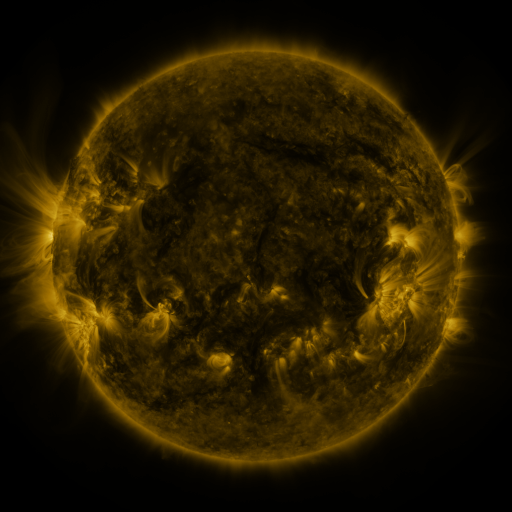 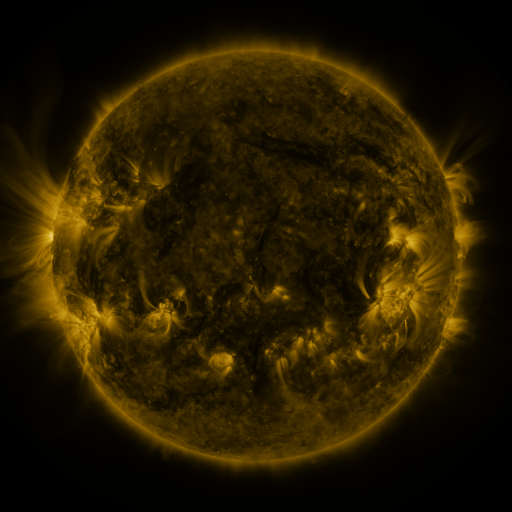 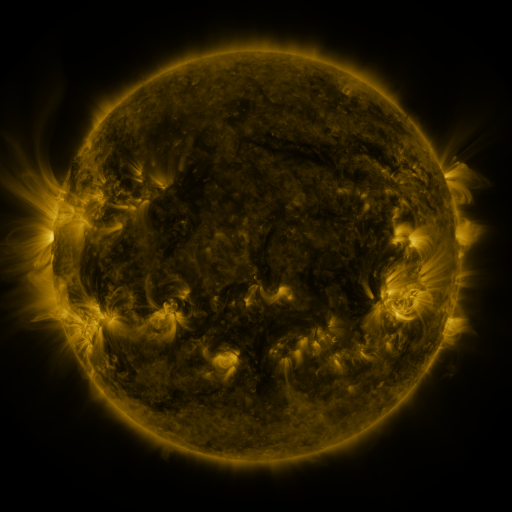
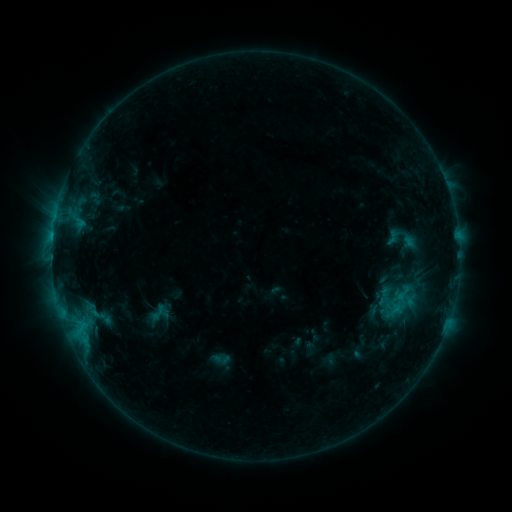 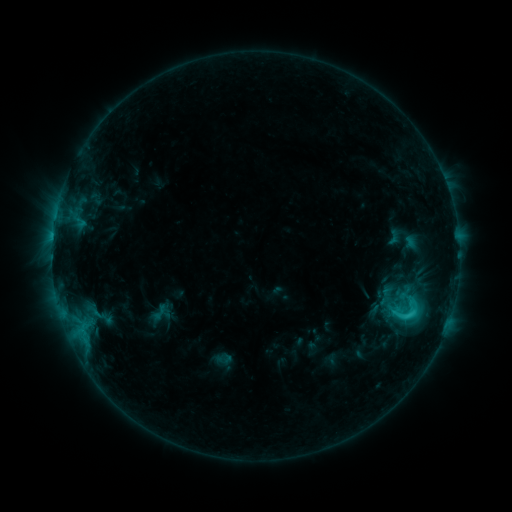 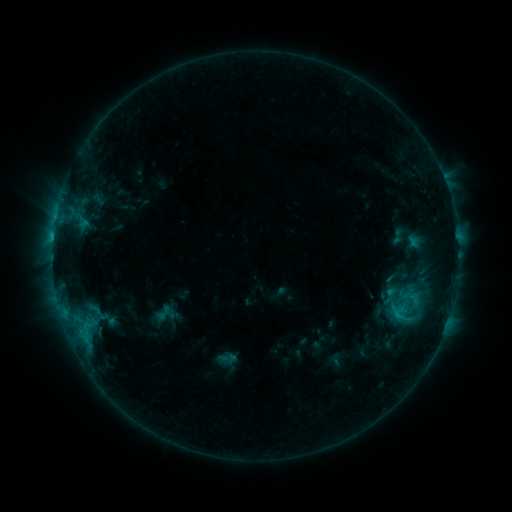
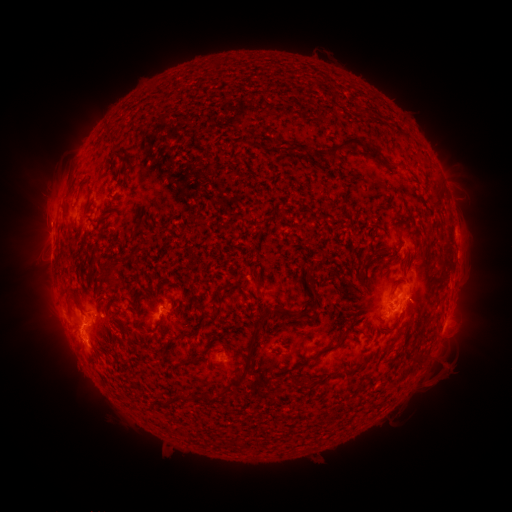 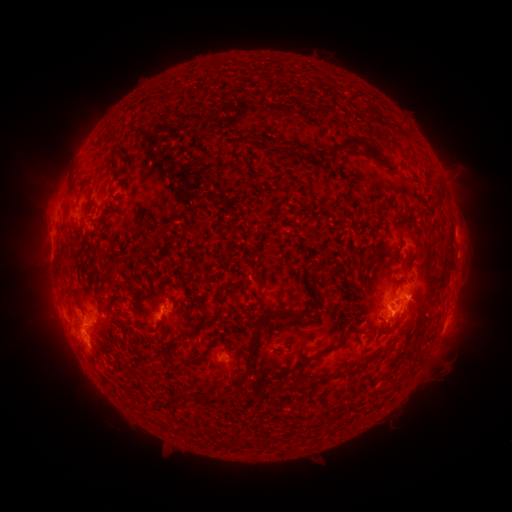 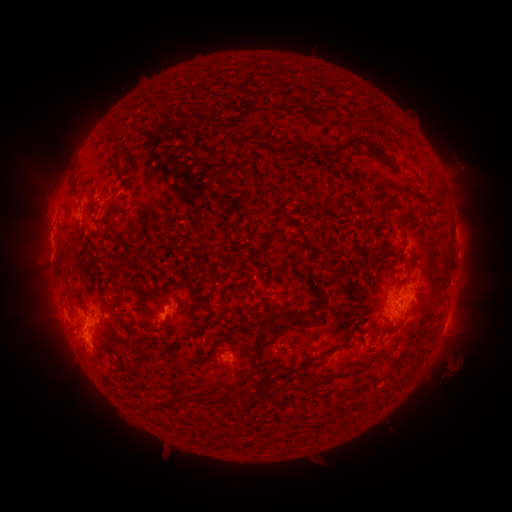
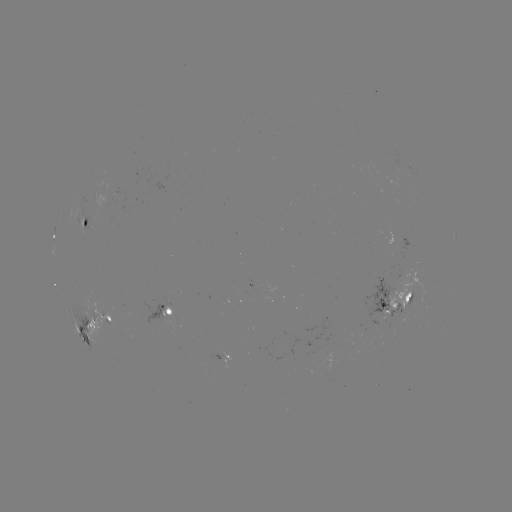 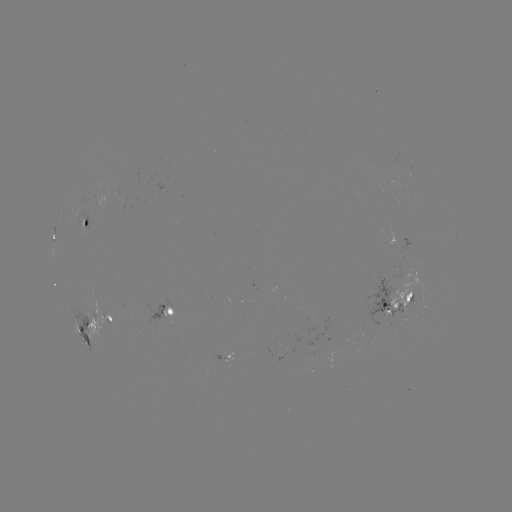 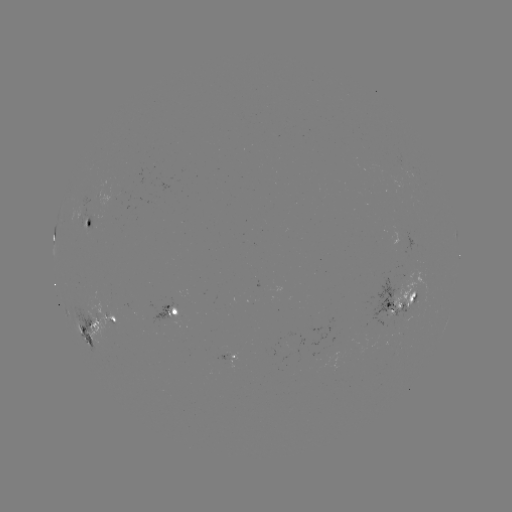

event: flare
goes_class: C3.3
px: (406, 315)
